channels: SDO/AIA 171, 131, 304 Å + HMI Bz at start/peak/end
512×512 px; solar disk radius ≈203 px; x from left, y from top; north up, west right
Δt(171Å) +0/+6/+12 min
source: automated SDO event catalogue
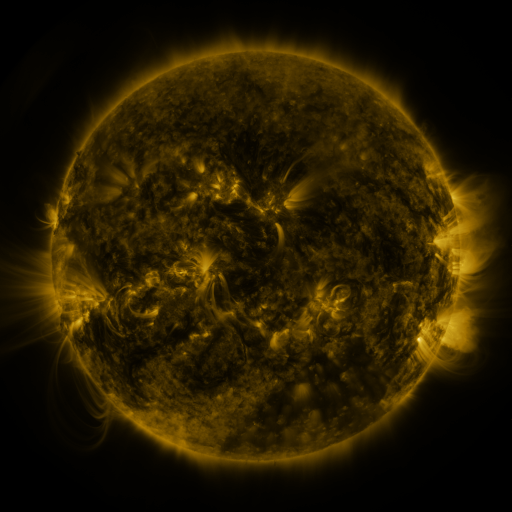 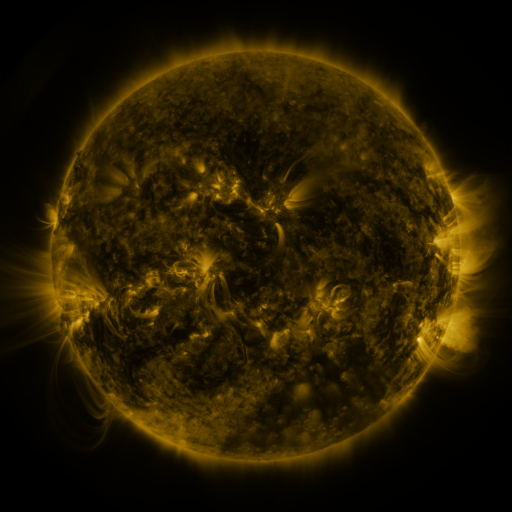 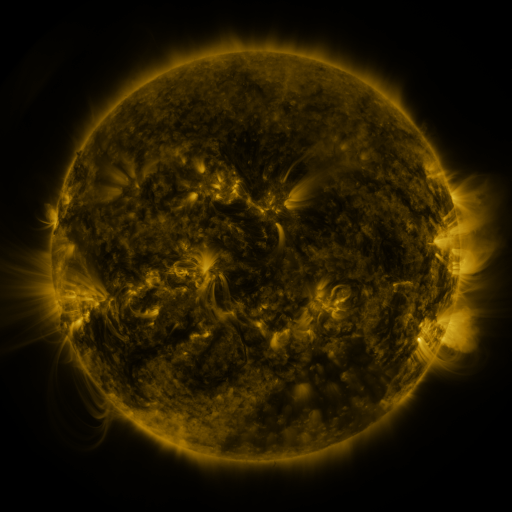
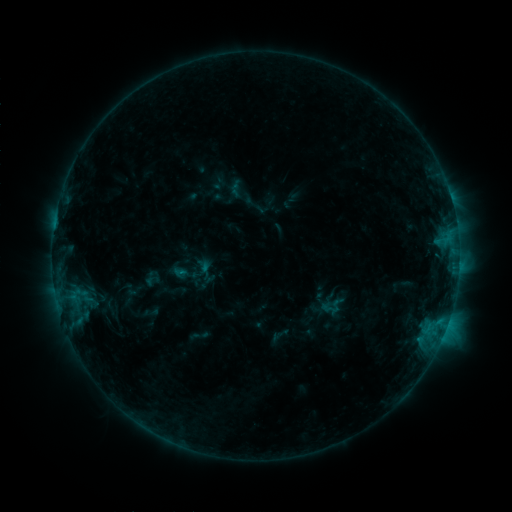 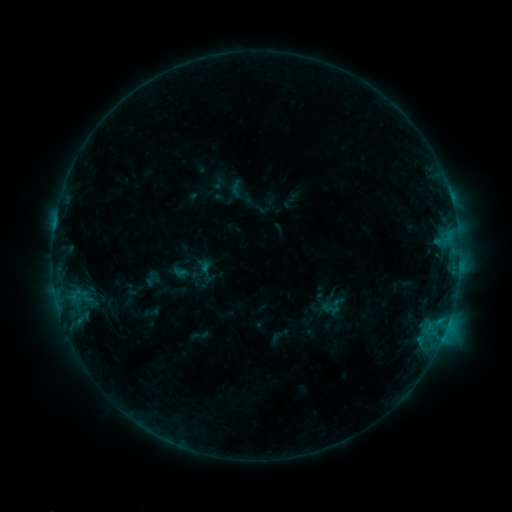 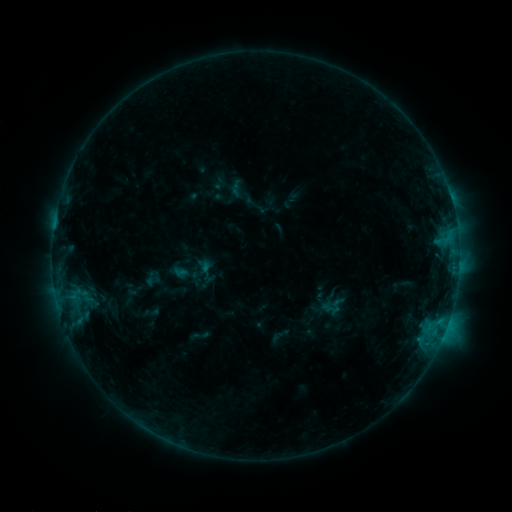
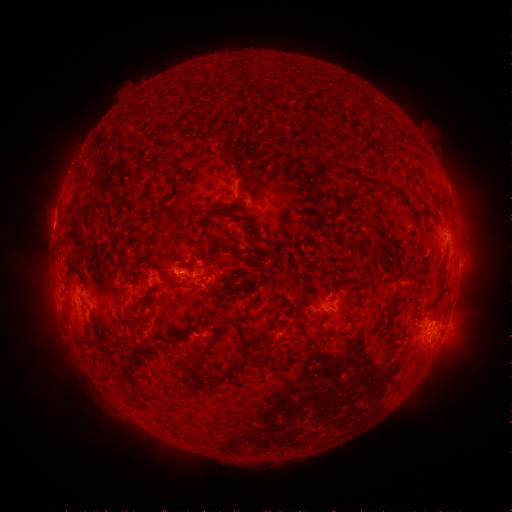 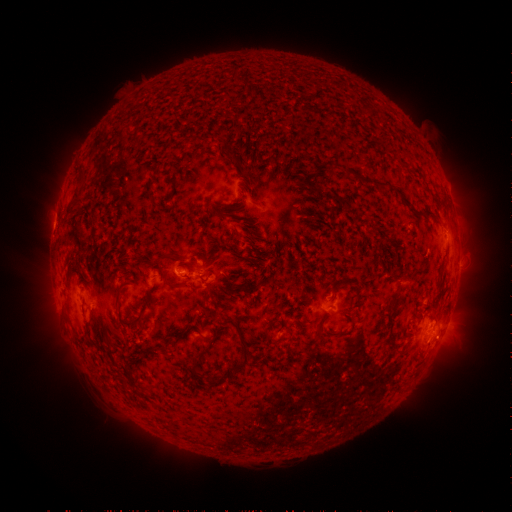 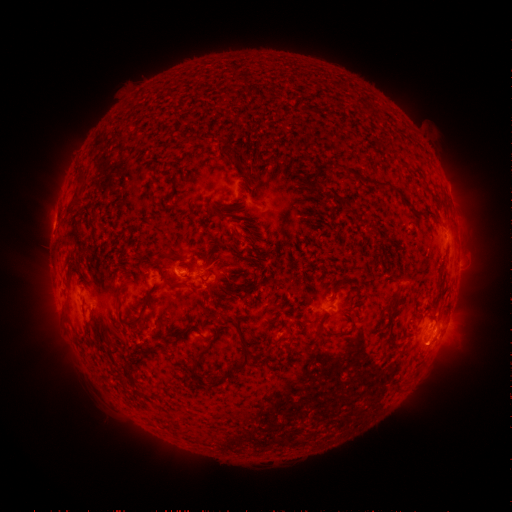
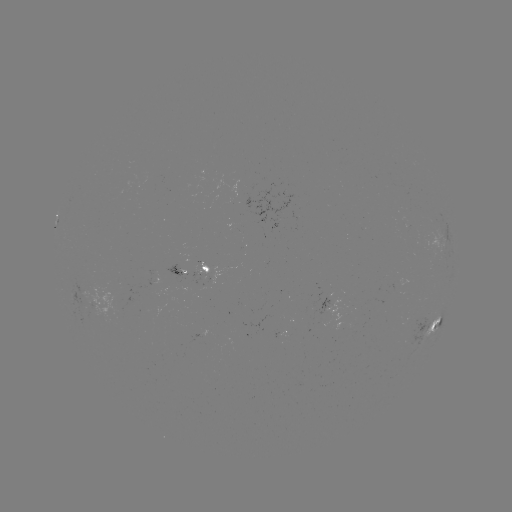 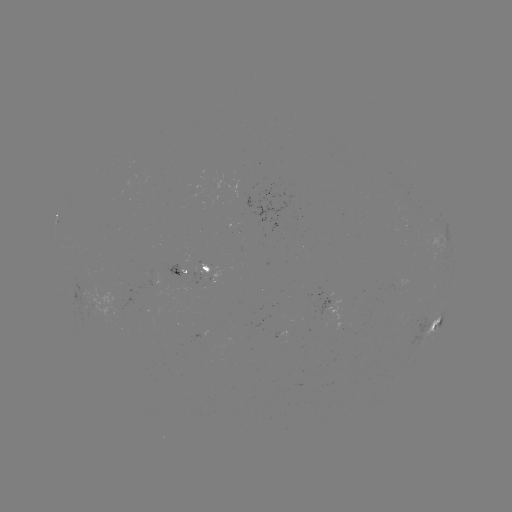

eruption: <bbox>411, 328, 456, 375</bbox>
